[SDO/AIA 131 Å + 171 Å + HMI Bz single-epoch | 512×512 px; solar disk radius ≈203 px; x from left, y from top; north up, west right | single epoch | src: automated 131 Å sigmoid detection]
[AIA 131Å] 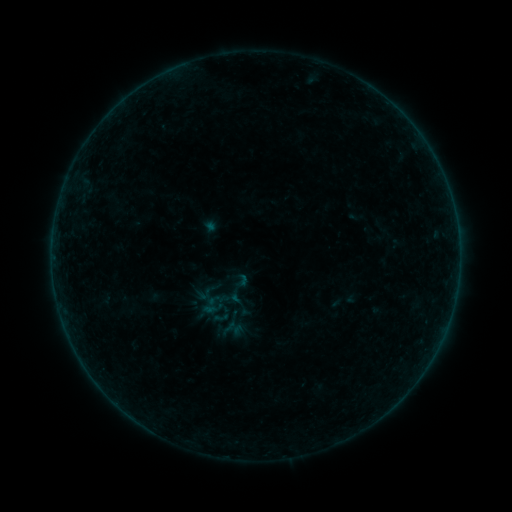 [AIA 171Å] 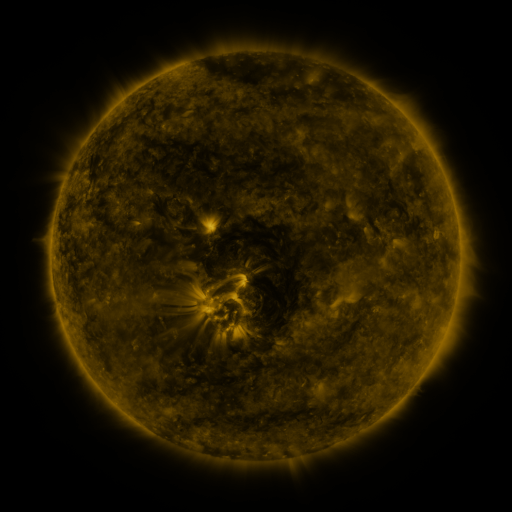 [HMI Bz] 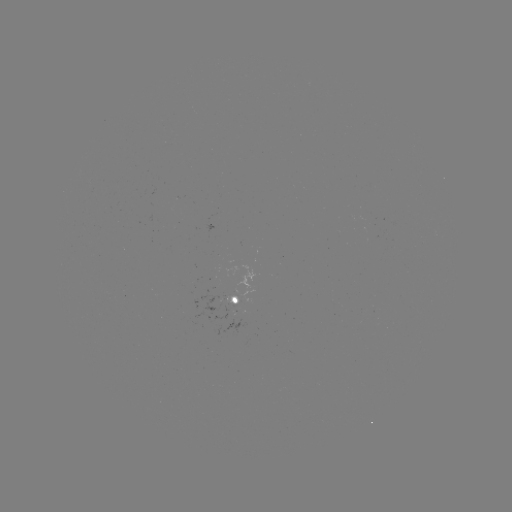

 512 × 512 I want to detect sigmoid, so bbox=[232, 272, 251, 291].